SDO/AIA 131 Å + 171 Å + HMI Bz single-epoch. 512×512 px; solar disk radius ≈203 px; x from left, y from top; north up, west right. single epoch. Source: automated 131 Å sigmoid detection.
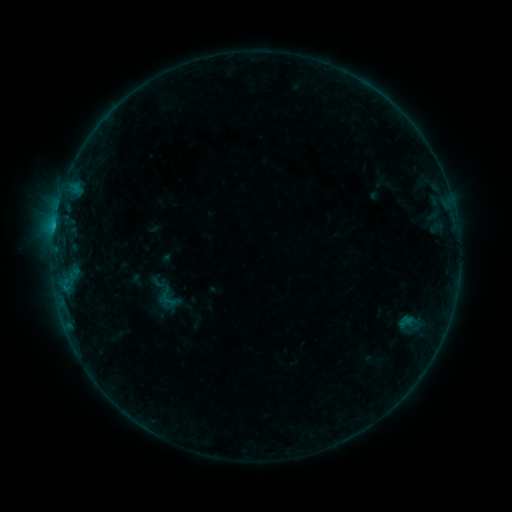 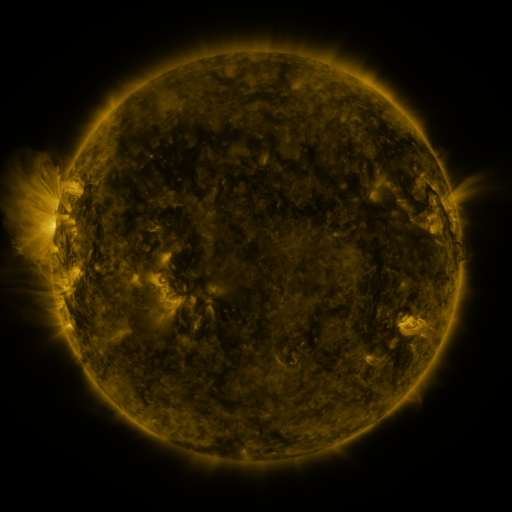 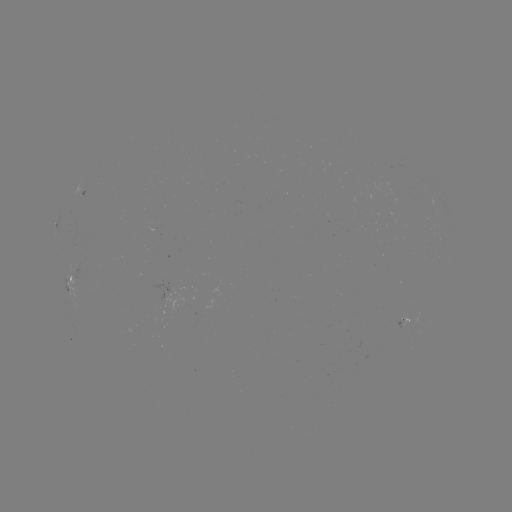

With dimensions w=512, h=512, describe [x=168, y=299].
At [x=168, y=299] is sigmoid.